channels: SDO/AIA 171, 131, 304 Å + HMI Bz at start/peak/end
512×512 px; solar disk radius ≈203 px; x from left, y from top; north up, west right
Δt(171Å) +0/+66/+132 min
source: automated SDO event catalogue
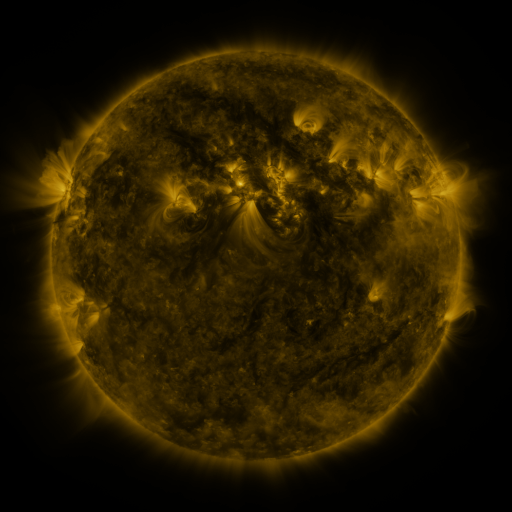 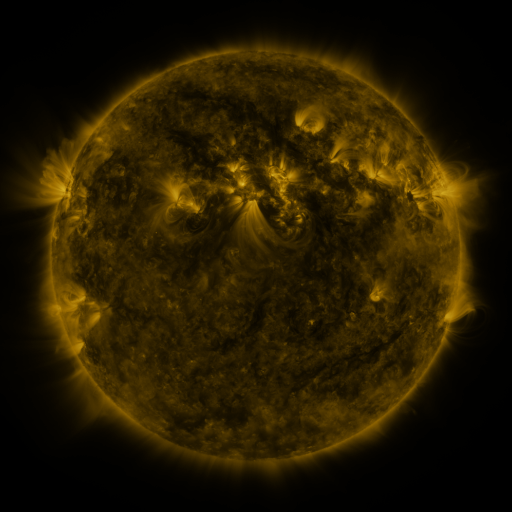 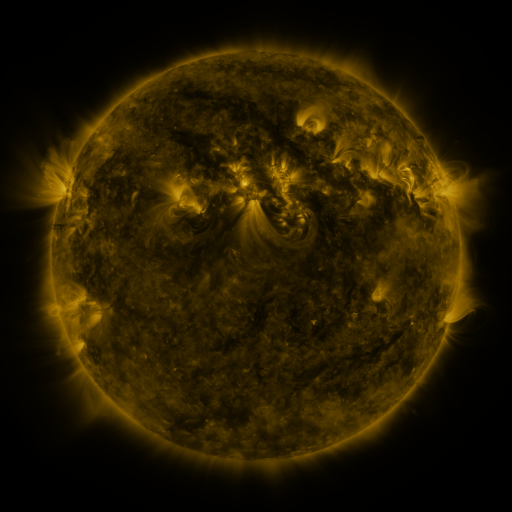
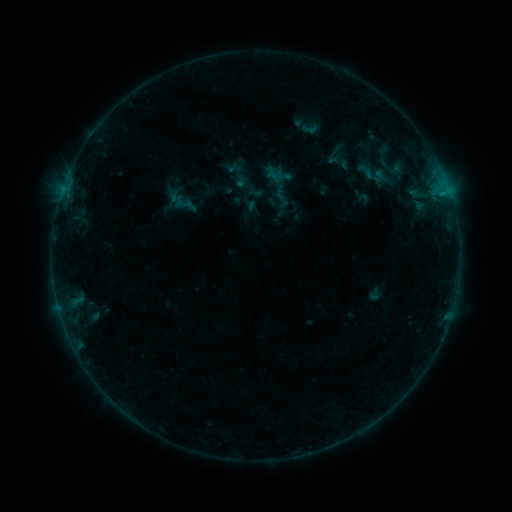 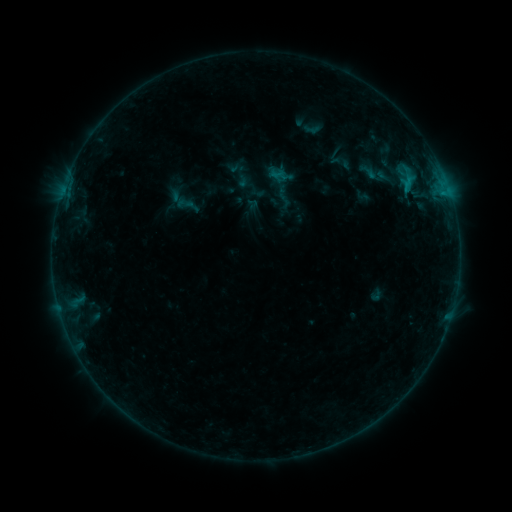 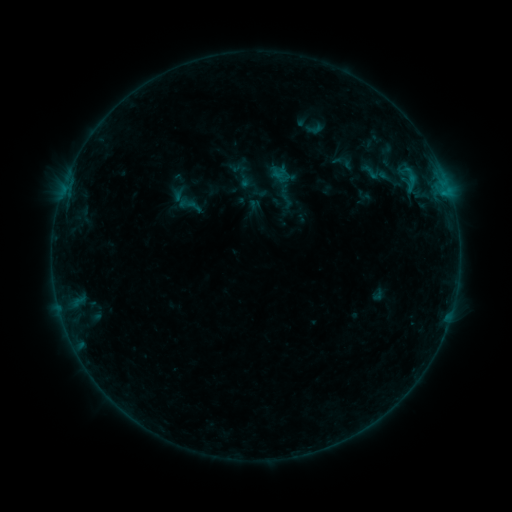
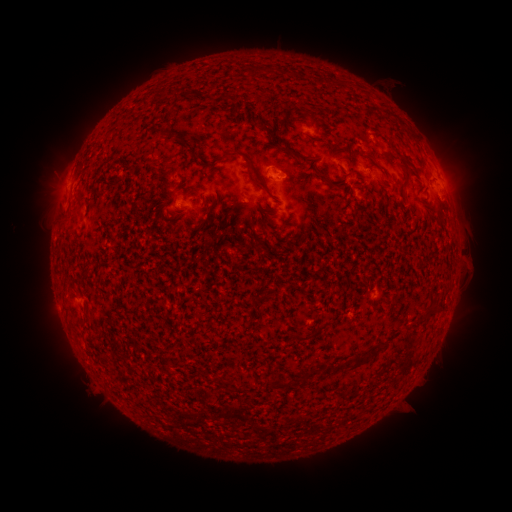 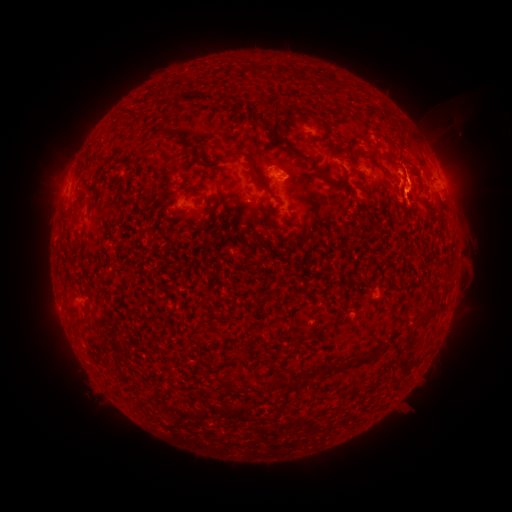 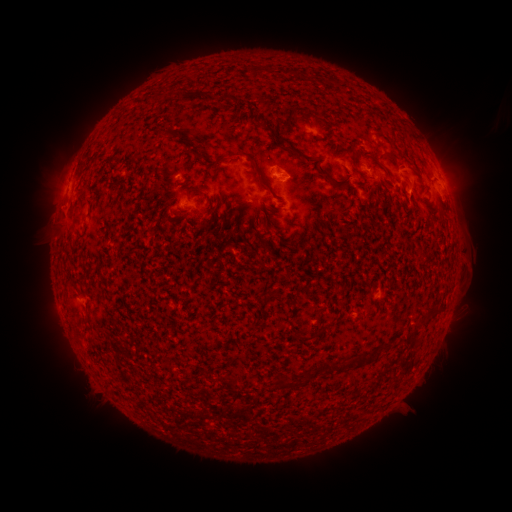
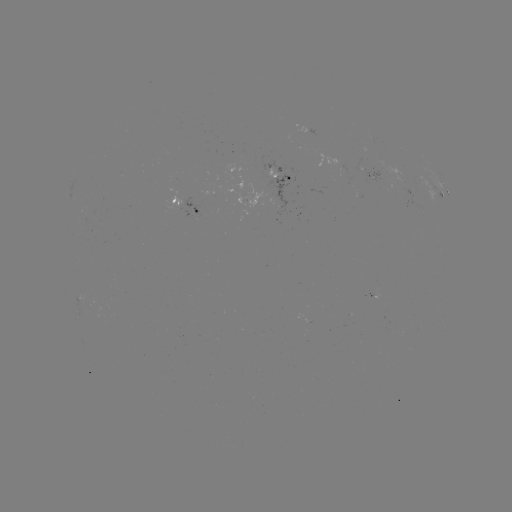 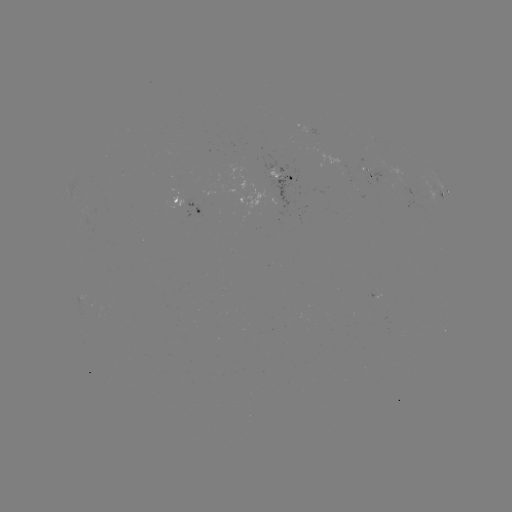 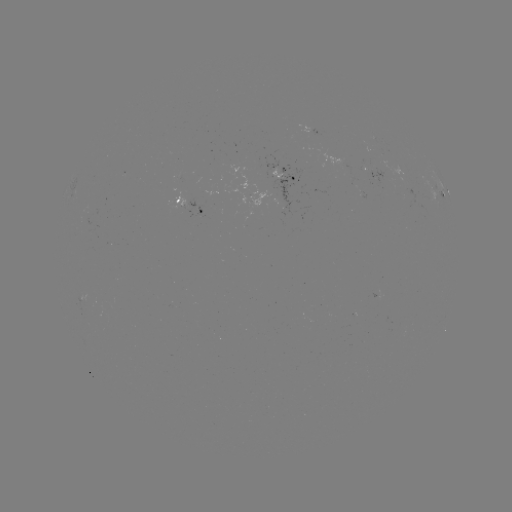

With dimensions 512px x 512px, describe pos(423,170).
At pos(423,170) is filament eruption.